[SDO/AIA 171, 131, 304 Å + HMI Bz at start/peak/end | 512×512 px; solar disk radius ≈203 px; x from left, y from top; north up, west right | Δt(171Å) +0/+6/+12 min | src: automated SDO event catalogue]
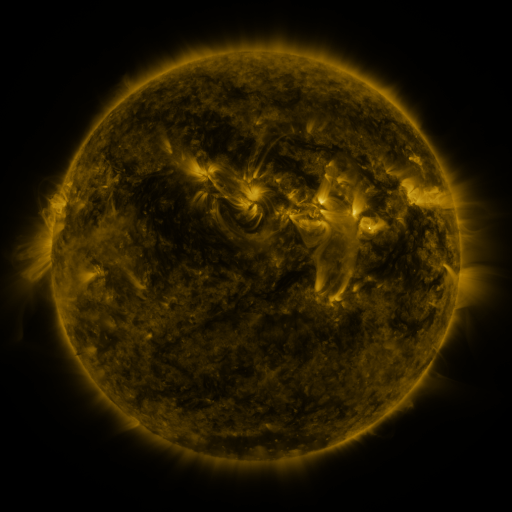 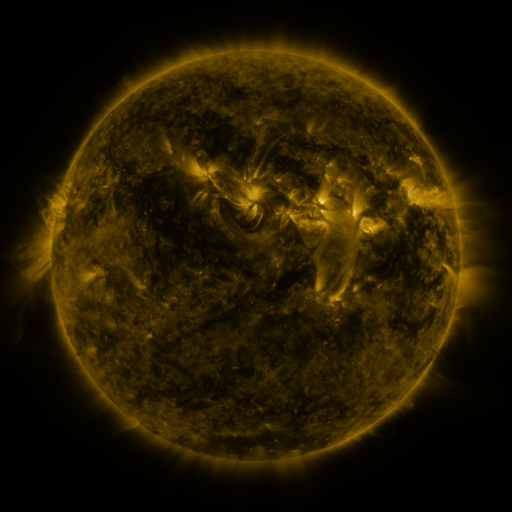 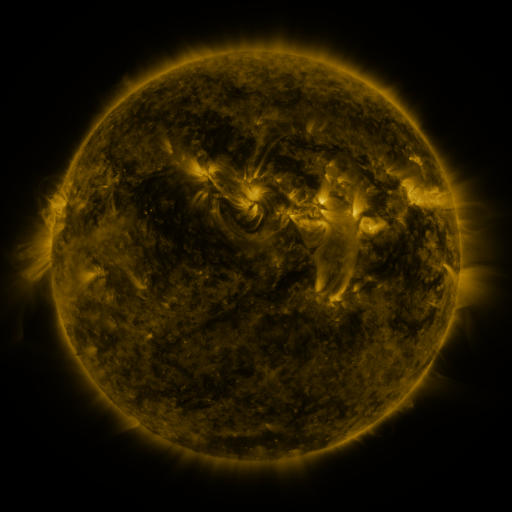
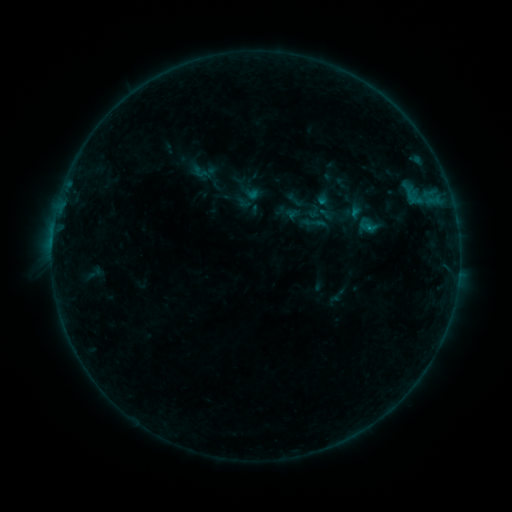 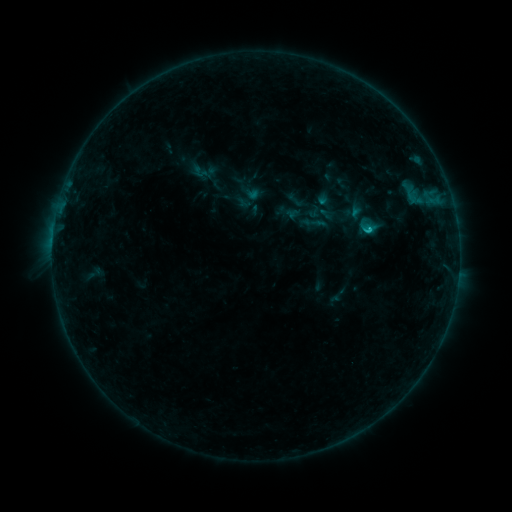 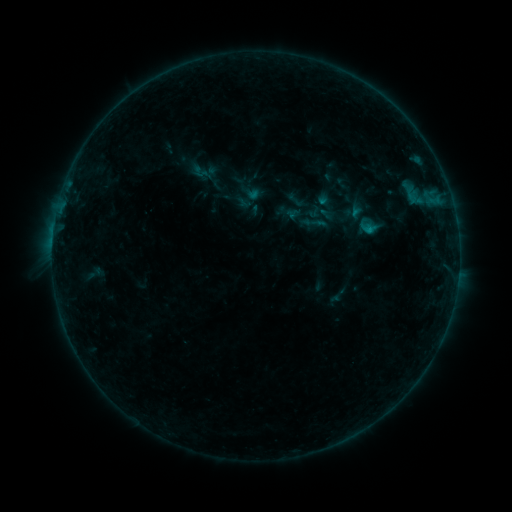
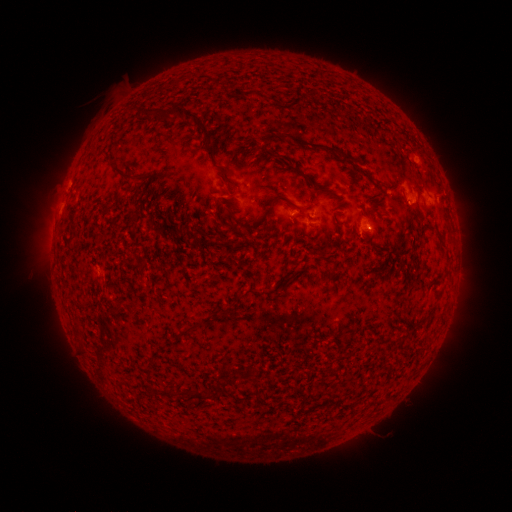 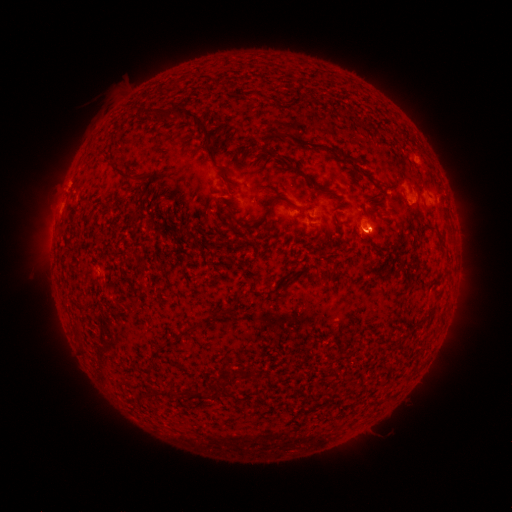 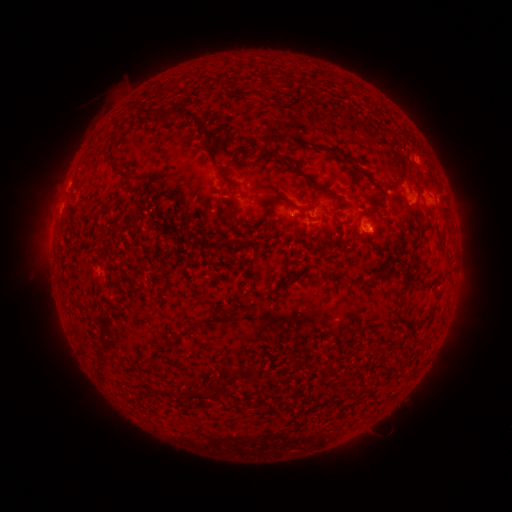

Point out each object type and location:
B7.1 flare: (367, 230)
